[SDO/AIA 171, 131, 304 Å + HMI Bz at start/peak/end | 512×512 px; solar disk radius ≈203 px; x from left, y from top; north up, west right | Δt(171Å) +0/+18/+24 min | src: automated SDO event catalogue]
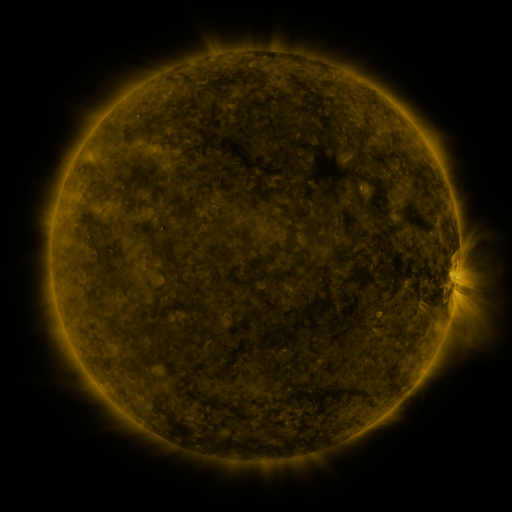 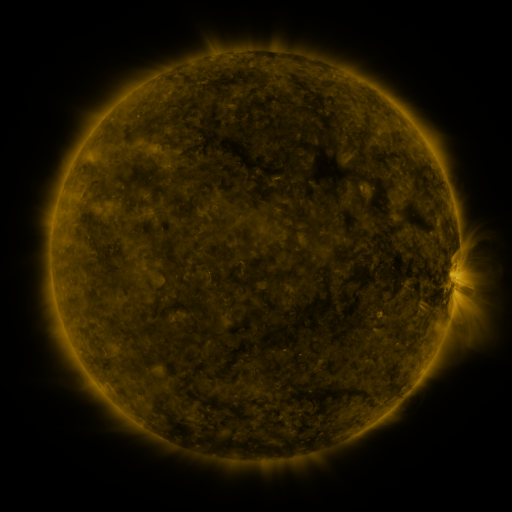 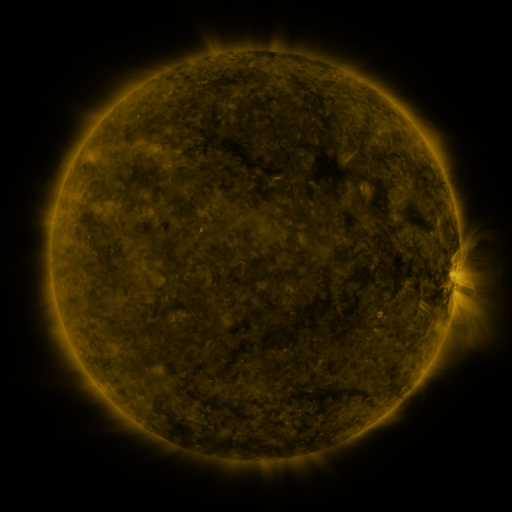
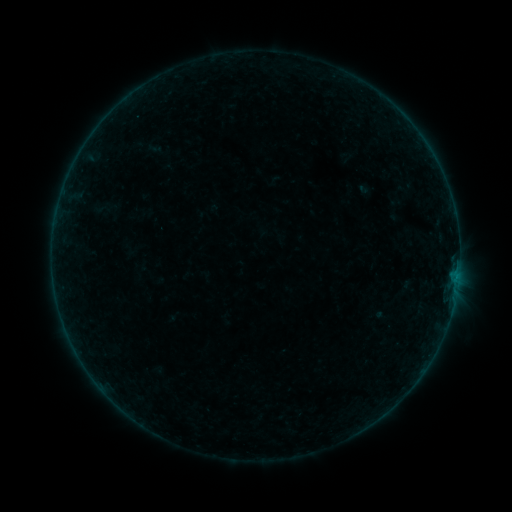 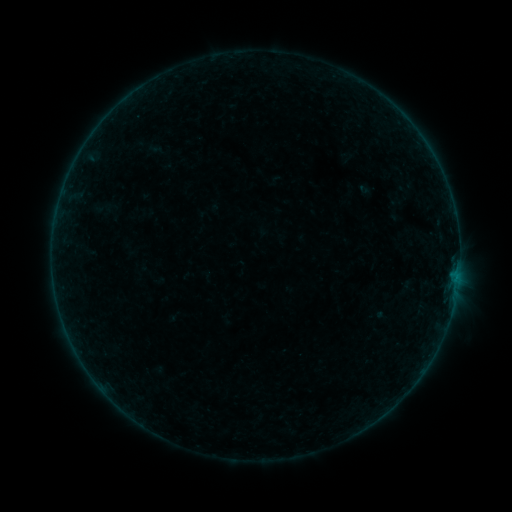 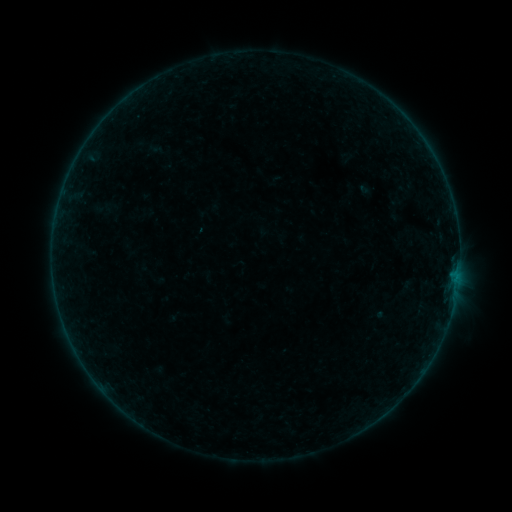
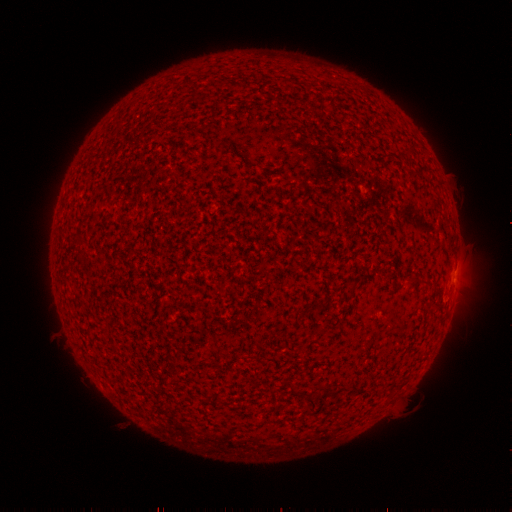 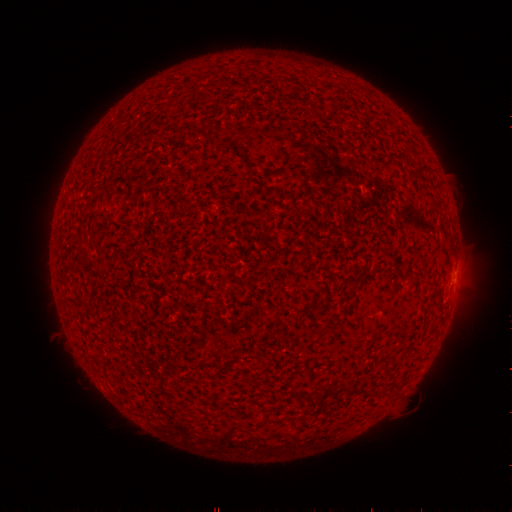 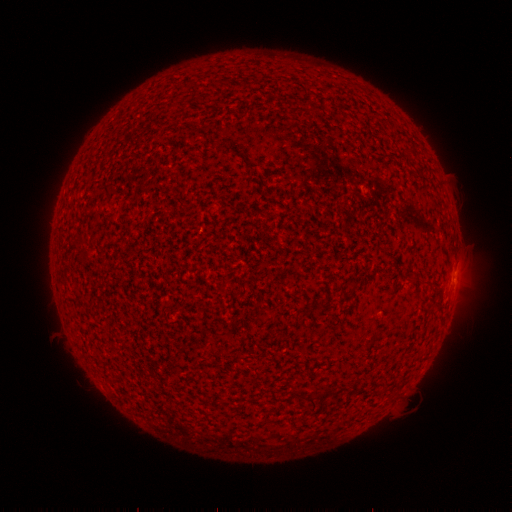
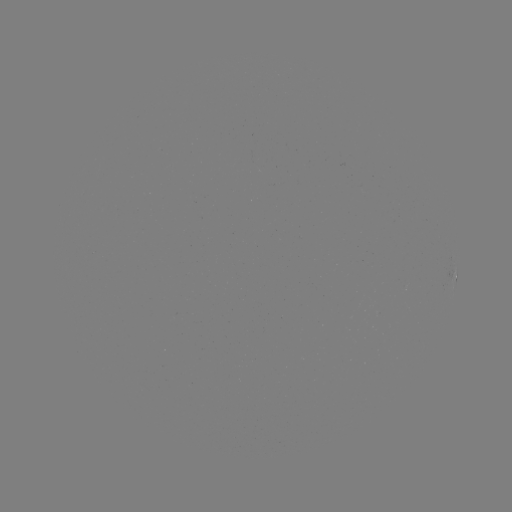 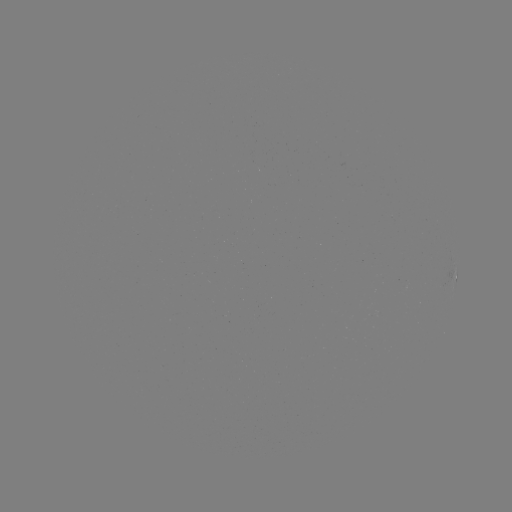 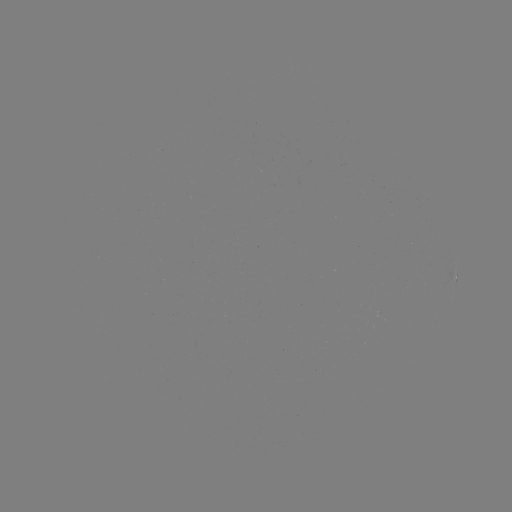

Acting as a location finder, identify A9.7 flare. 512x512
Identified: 457,280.